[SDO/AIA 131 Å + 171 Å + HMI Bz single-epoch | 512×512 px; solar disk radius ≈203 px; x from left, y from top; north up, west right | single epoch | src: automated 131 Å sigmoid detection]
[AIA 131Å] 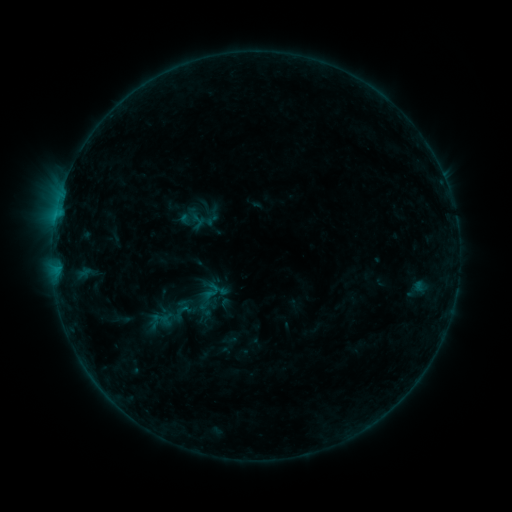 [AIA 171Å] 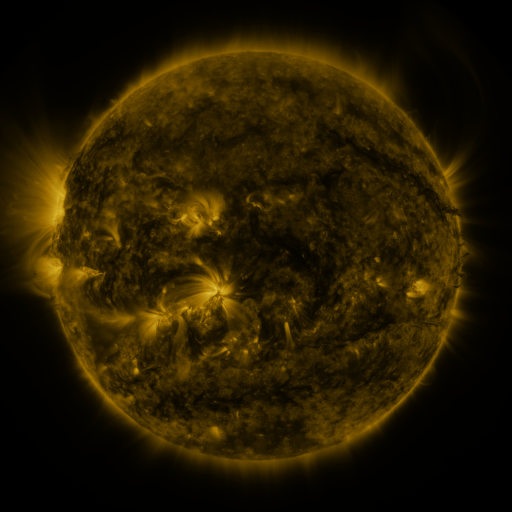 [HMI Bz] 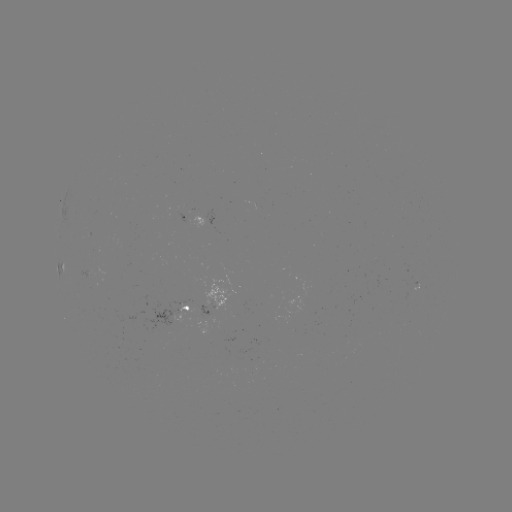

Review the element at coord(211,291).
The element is sigmoid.